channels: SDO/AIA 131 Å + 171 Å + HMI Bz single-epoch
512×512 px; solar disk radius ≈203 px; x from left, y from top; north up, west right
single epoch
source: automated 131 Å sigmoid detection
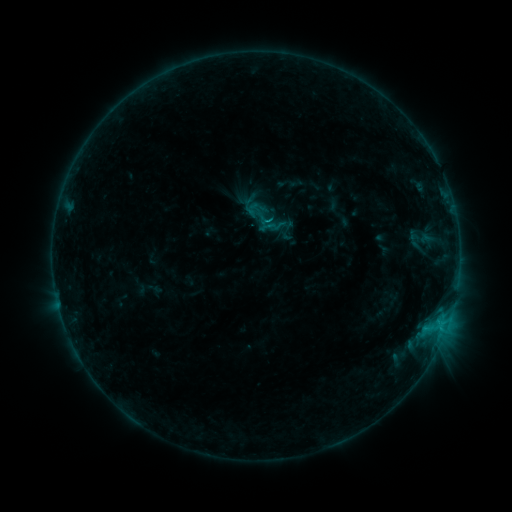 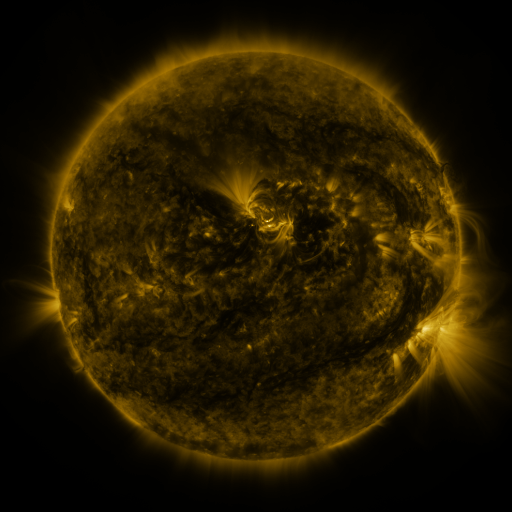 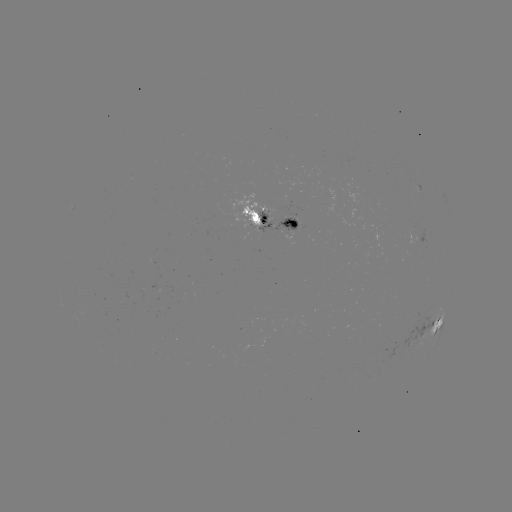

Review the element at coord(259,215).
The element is sigmoid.